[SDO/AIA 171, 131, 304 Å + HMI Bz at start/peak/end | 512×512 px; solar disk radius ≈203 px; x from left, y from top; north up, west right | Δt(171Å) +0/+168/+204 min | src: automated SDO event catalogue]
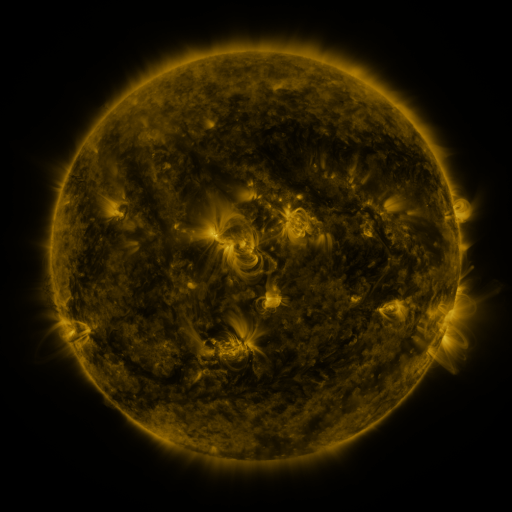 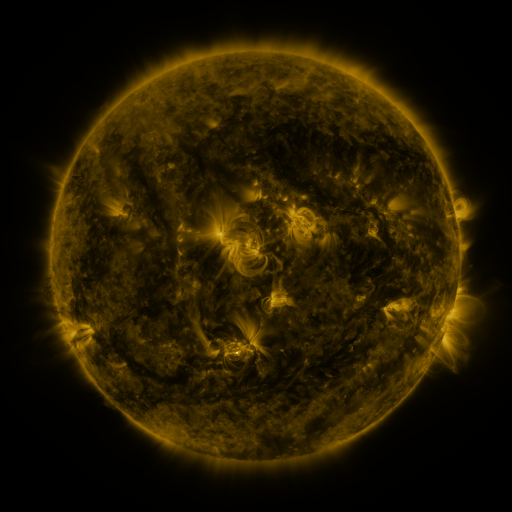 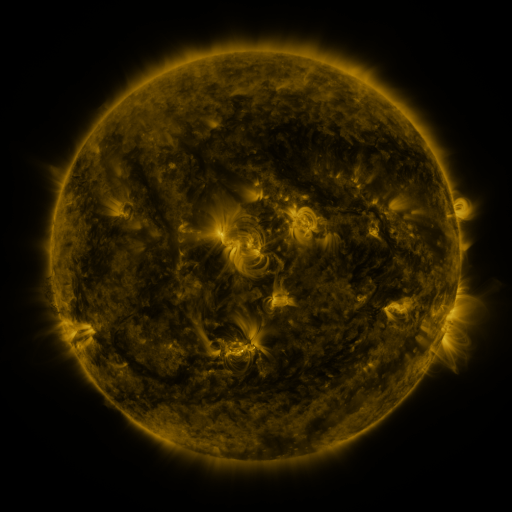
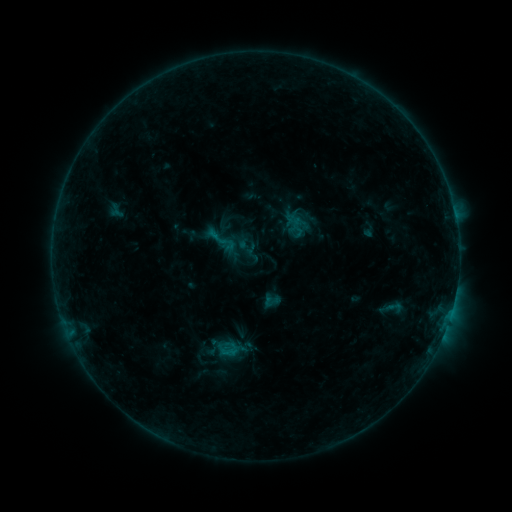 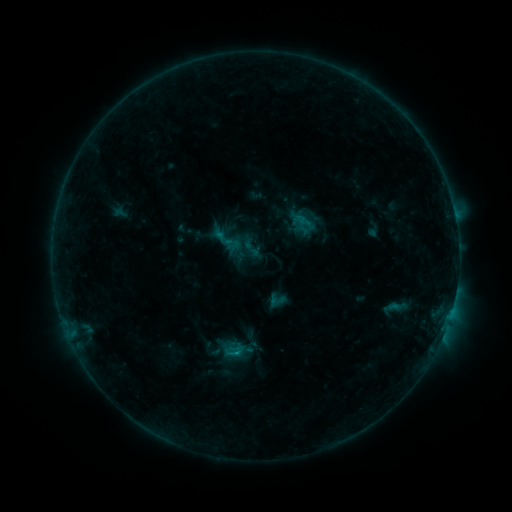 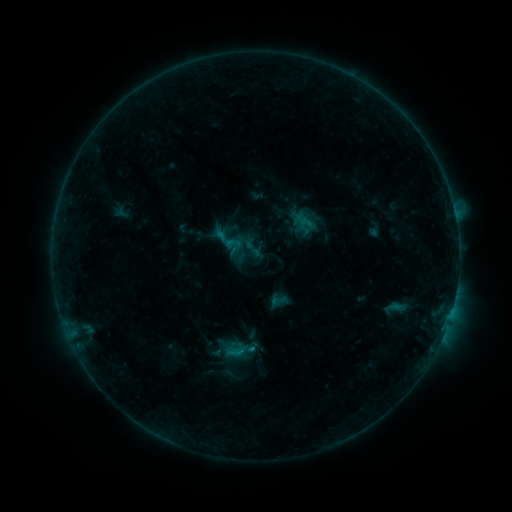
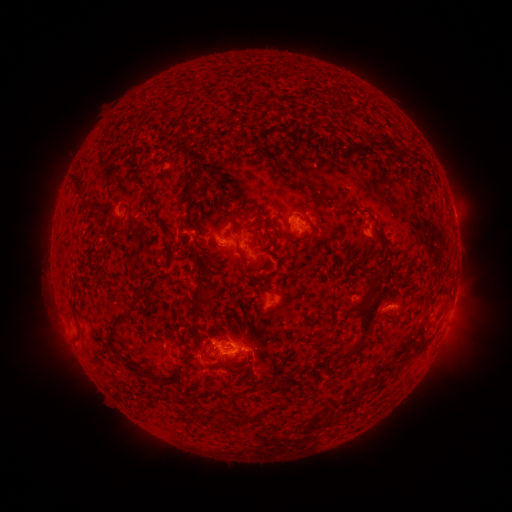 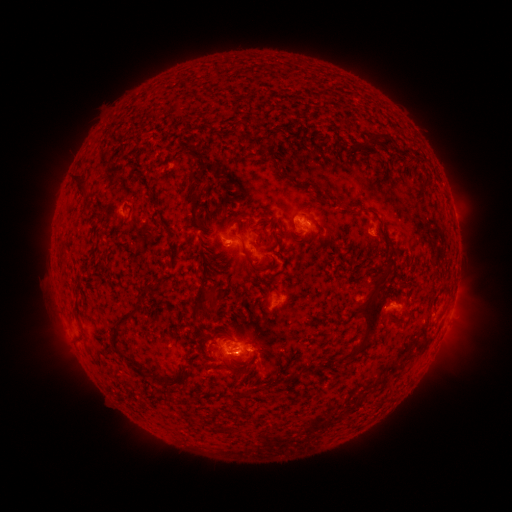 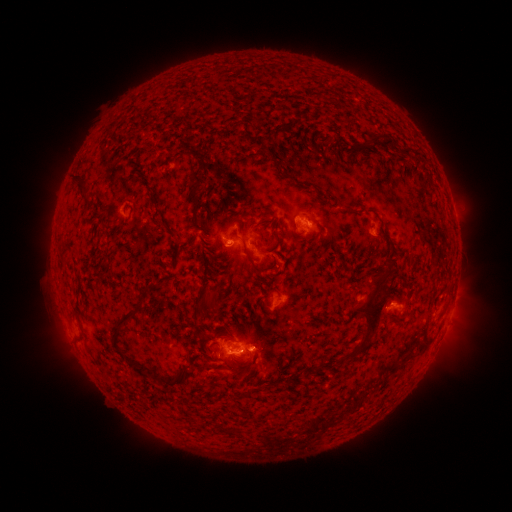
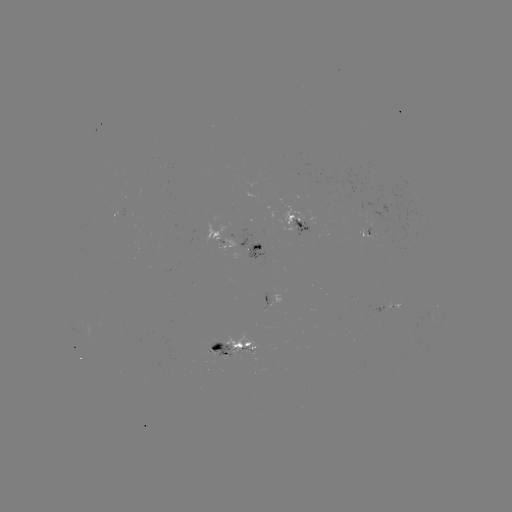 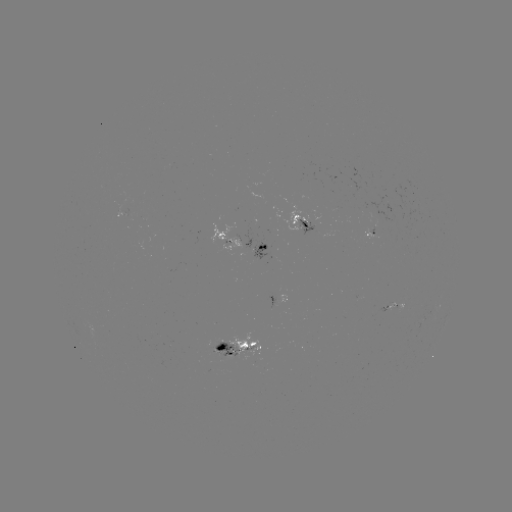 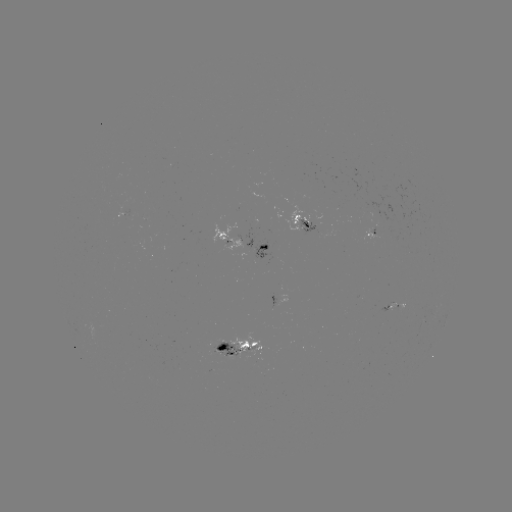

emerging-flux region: [225, 333, 262, 356]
